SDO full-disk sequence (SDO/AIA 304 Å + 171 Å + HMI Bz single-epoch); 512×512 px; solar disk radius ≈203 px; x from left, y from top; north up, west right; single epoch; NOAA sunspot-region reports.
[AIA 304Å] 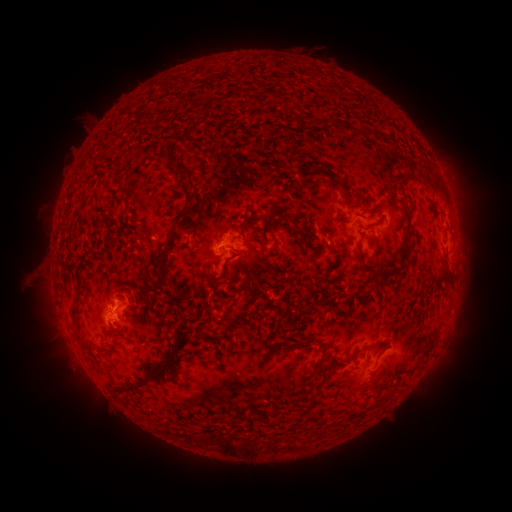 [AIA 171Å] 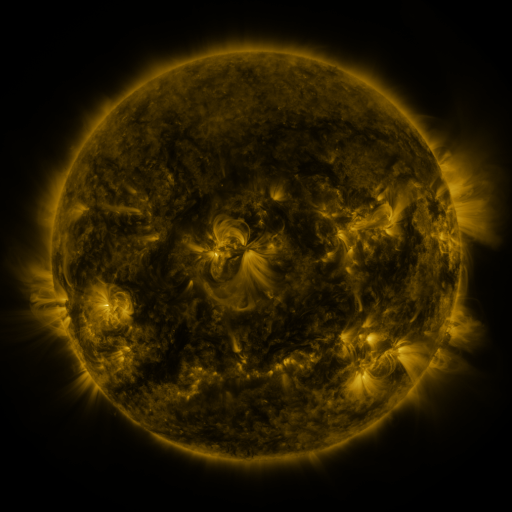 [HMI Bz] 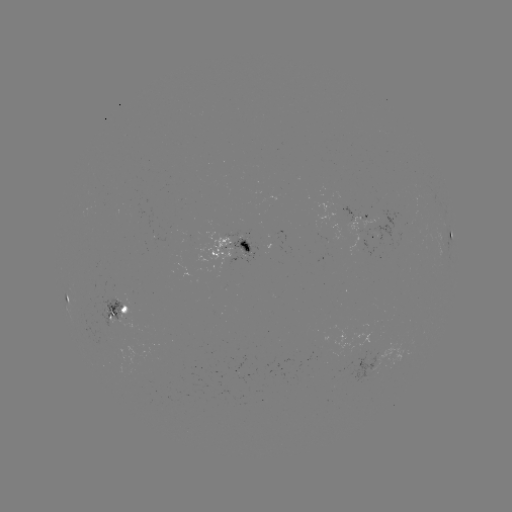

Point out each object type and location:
spotted active region: (363, 218)
spotted active region: (450, 239)
spotted active region: (234, 249)
spotted active region: (63, 292)
spotted active region: (117, 310)
